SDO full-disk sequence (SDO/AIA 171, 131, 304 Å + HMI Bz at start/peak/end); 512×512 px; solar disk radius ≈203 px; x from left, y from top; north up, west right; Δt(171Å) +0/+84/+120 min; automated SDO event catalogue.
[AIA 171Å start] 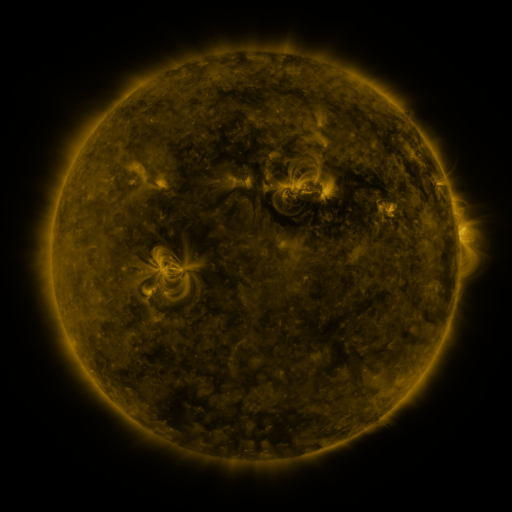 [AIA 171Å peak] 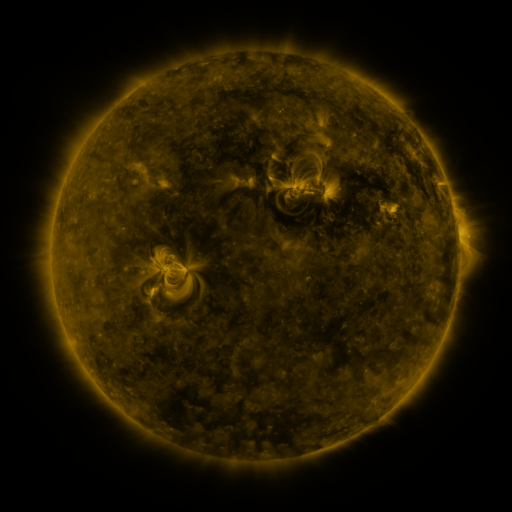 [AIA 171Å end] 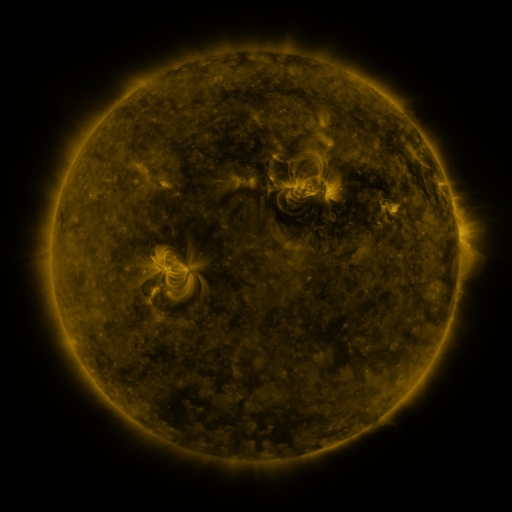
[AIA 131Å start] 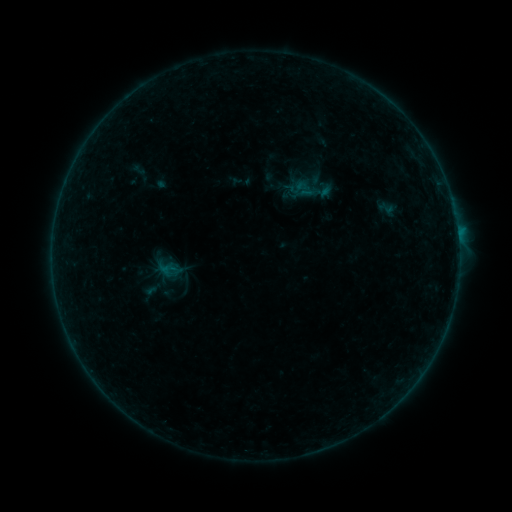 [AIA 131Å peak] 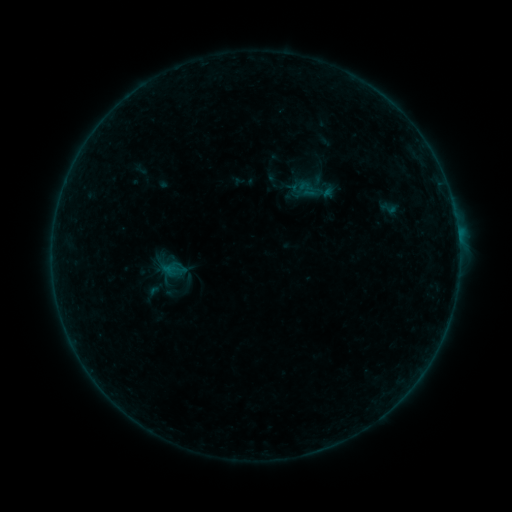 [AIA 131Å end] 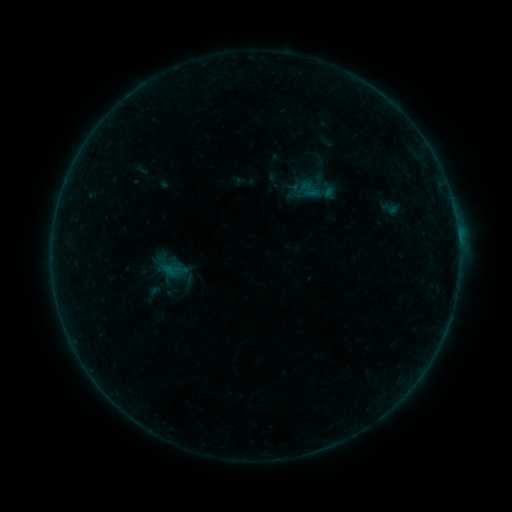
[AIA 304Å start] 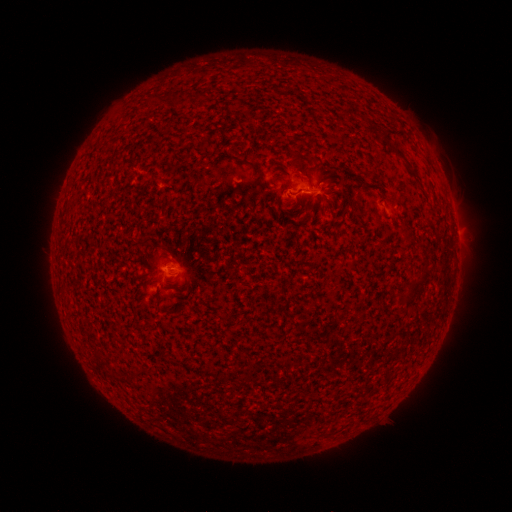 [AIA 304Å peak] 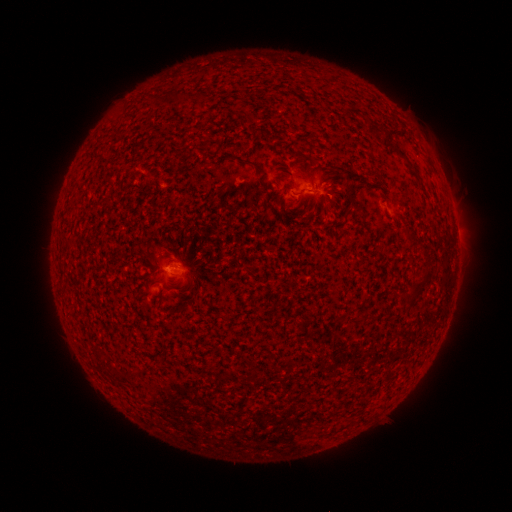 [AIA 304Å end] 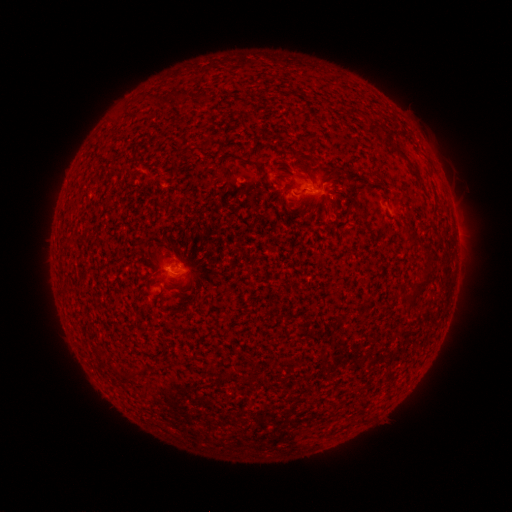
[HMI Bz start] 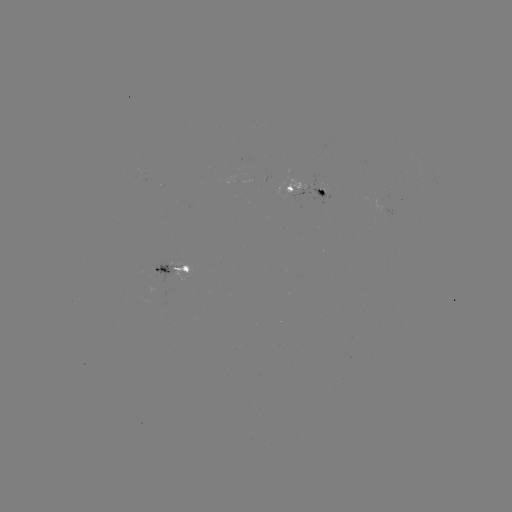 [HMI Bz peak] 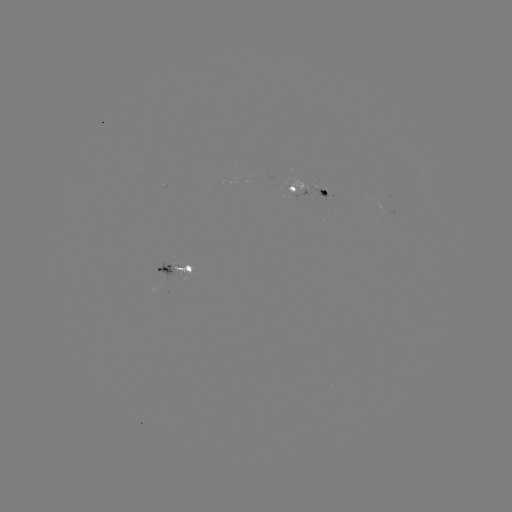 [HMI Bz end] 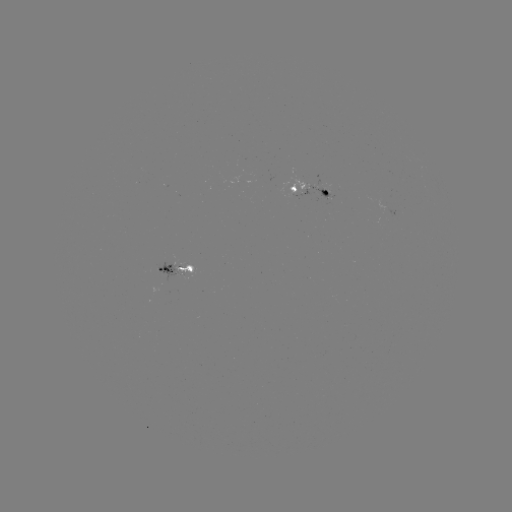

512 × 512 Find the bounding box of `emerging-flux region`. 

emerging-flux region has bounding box [313, 186, 328, 202].